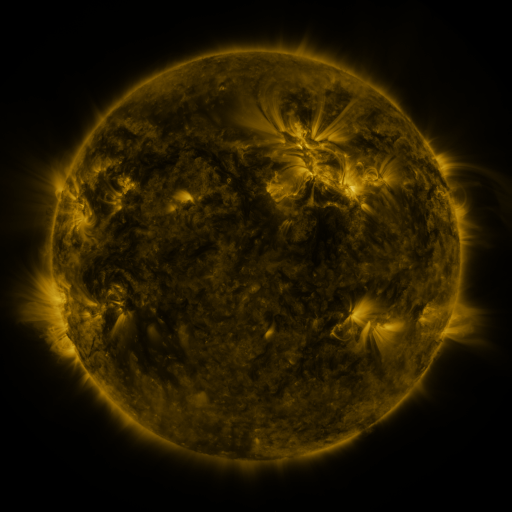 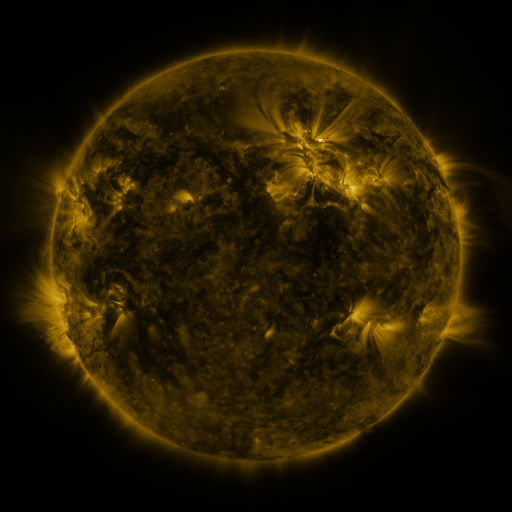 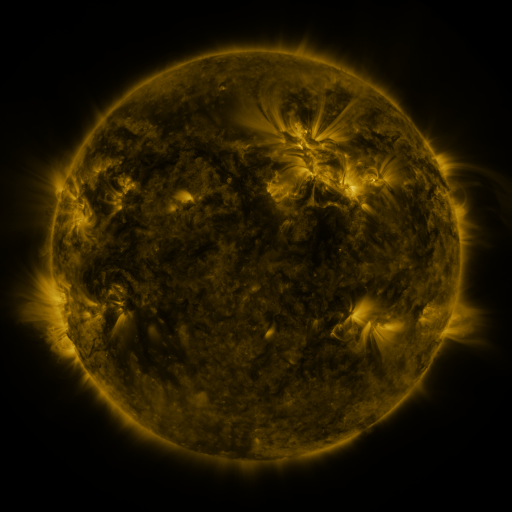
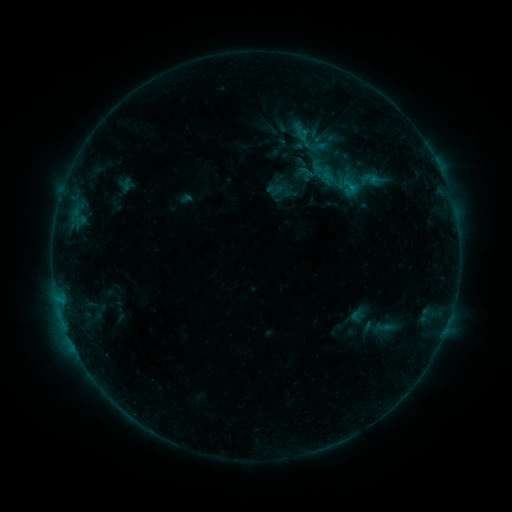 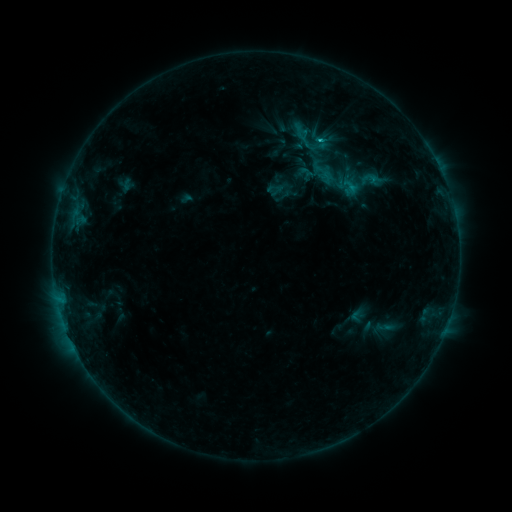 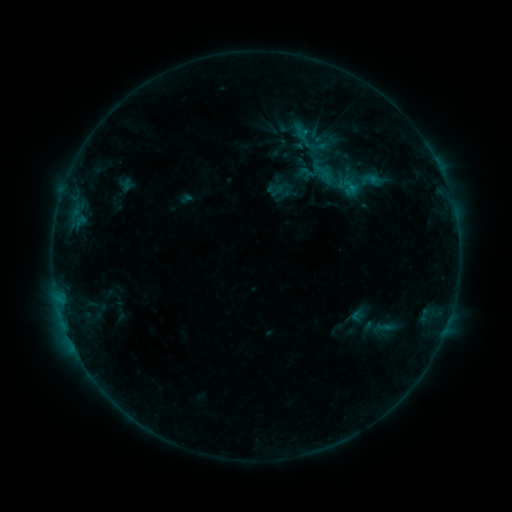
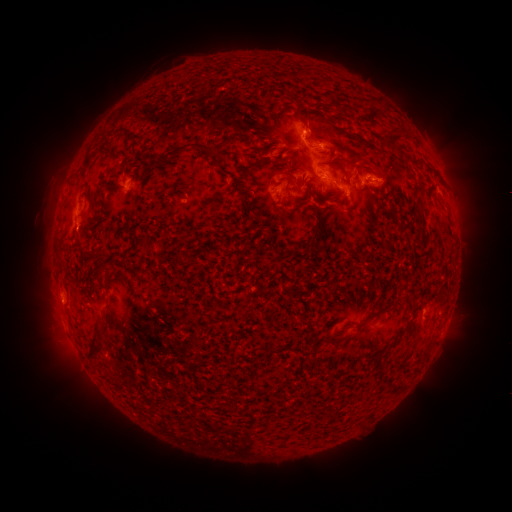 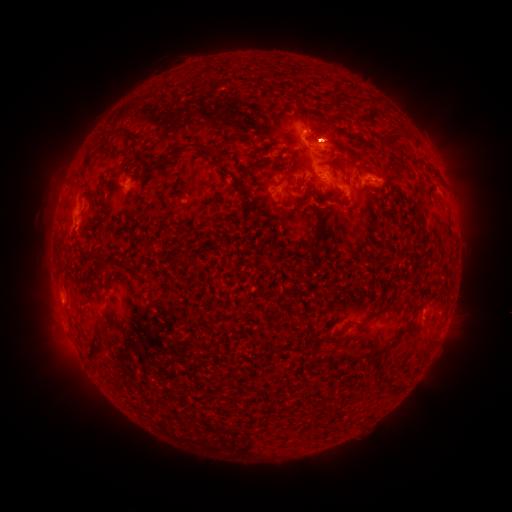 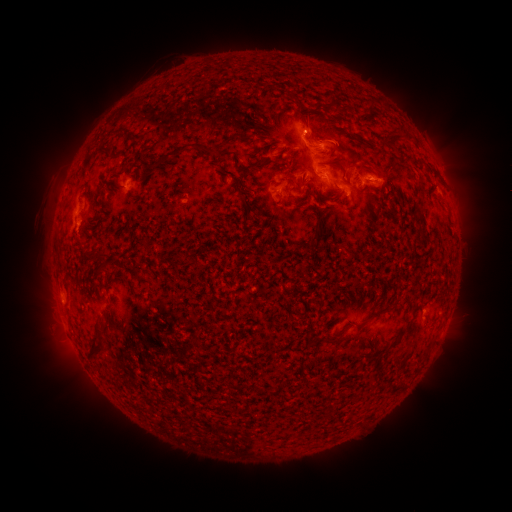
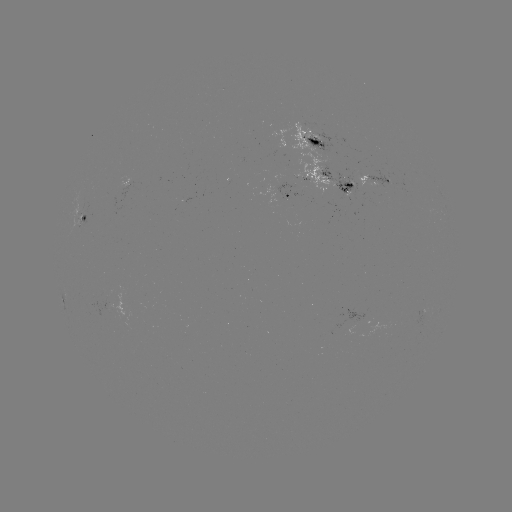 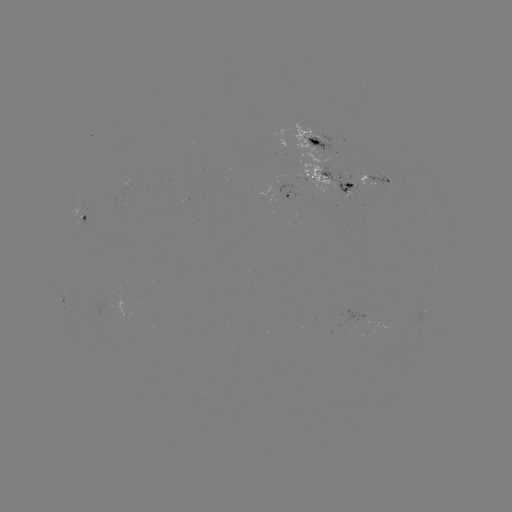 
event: flare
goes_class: B9.5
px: (319, 142)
